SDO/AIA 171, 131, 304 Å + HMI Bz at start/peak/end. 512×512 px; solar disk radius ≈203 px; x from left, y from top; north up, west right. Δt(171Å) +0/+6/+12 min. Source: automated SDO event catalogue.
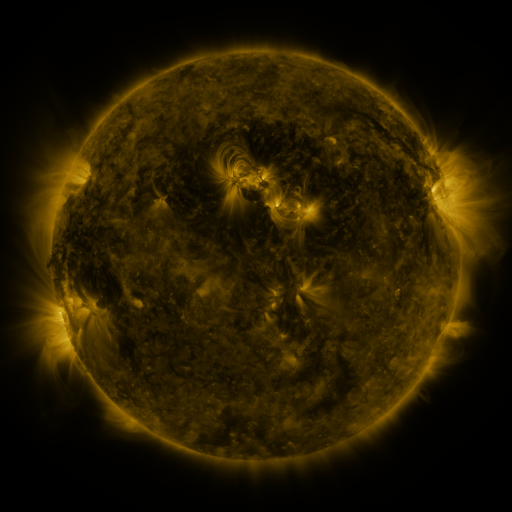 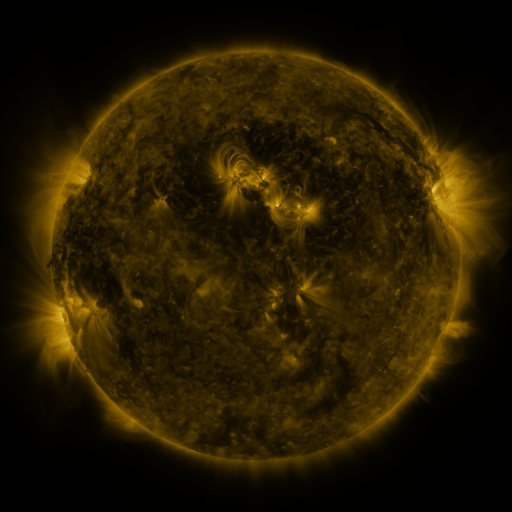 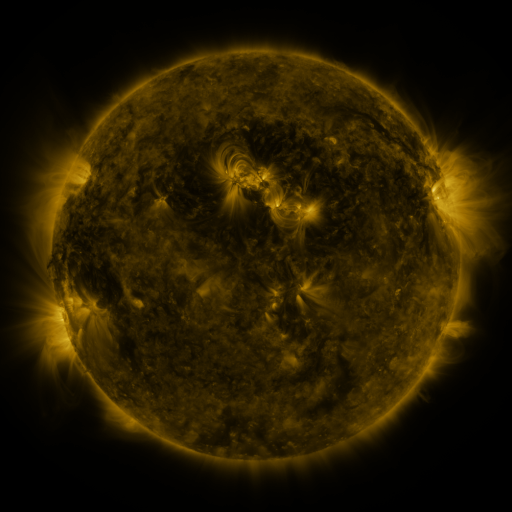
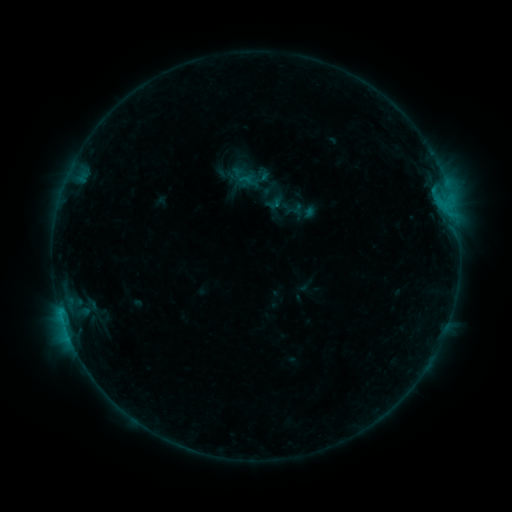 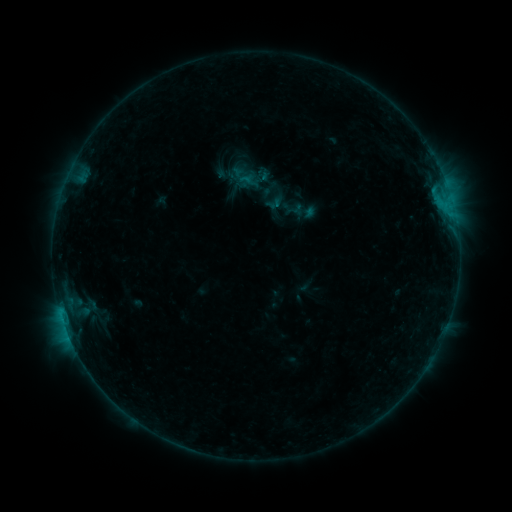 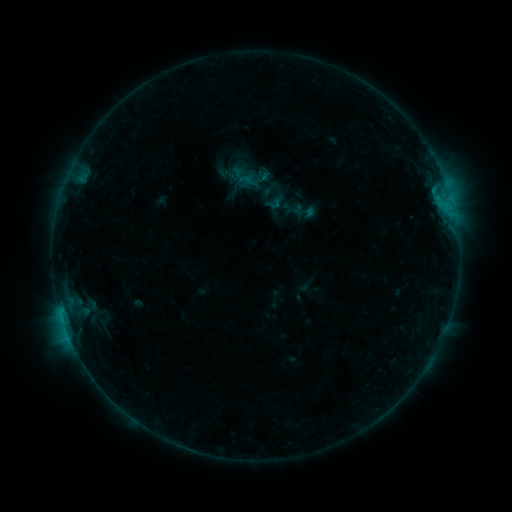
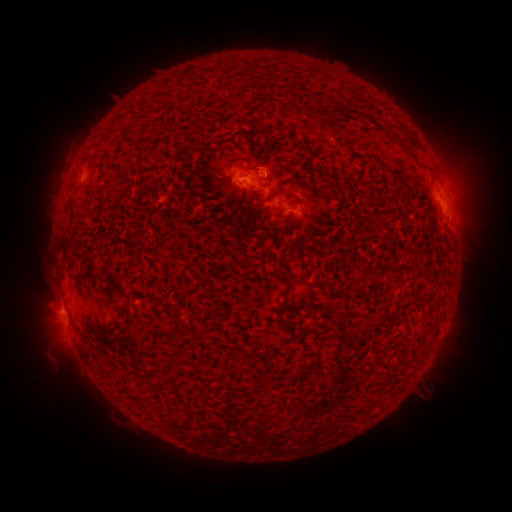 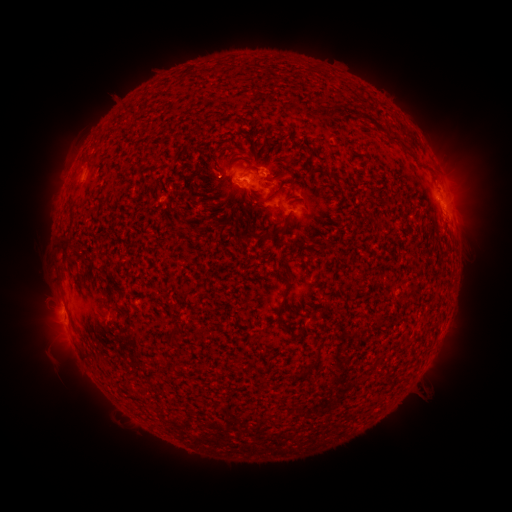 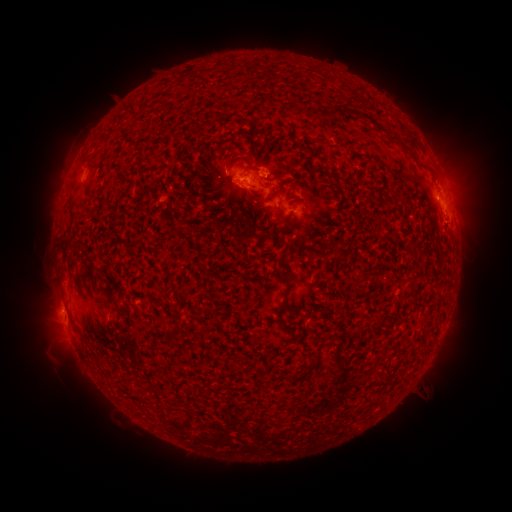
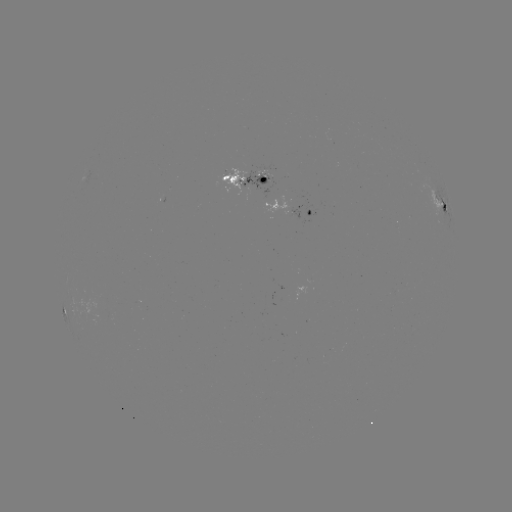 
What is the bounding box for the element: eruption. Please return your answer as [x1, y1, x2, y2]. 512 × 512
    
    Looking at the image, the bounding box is [15, 280, 63, 328].